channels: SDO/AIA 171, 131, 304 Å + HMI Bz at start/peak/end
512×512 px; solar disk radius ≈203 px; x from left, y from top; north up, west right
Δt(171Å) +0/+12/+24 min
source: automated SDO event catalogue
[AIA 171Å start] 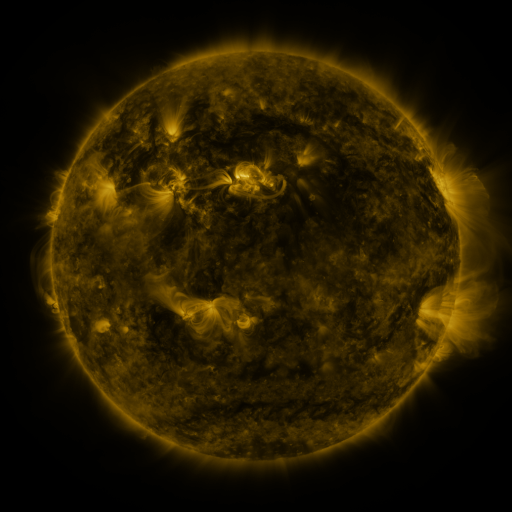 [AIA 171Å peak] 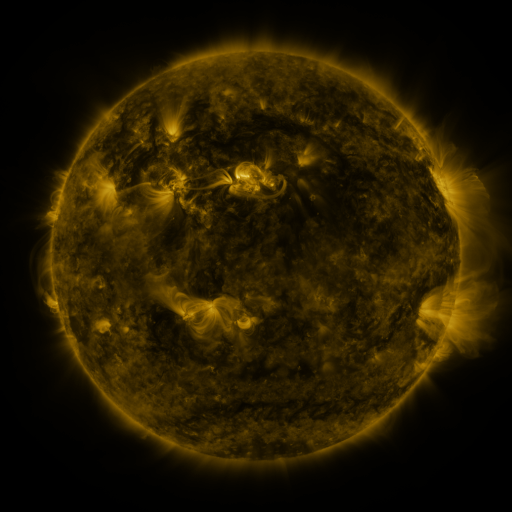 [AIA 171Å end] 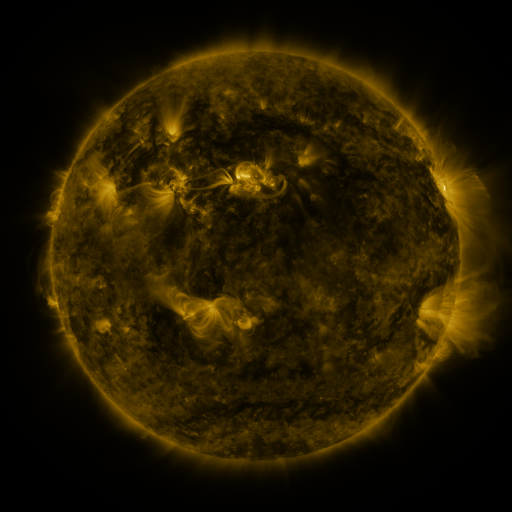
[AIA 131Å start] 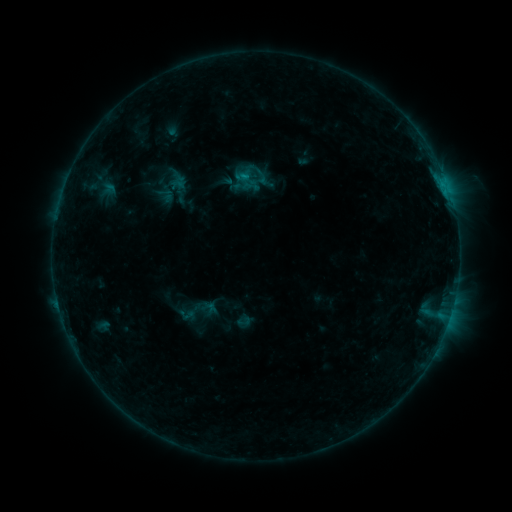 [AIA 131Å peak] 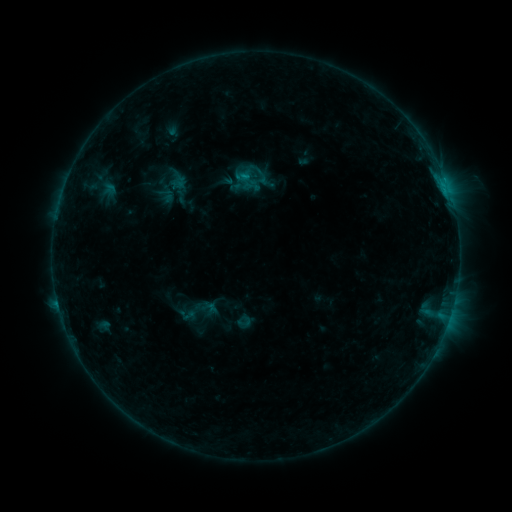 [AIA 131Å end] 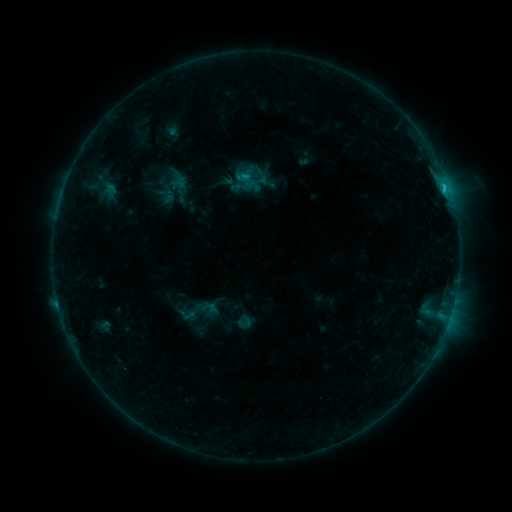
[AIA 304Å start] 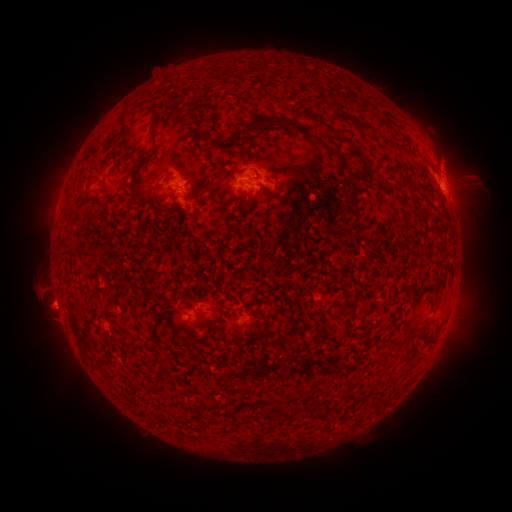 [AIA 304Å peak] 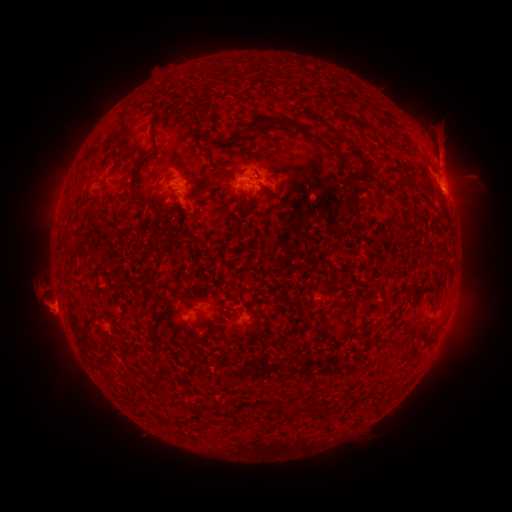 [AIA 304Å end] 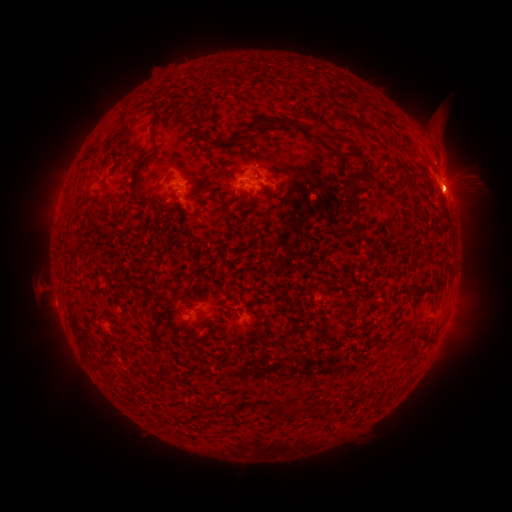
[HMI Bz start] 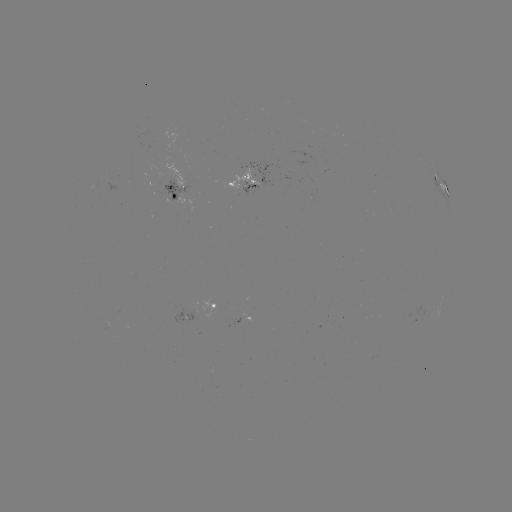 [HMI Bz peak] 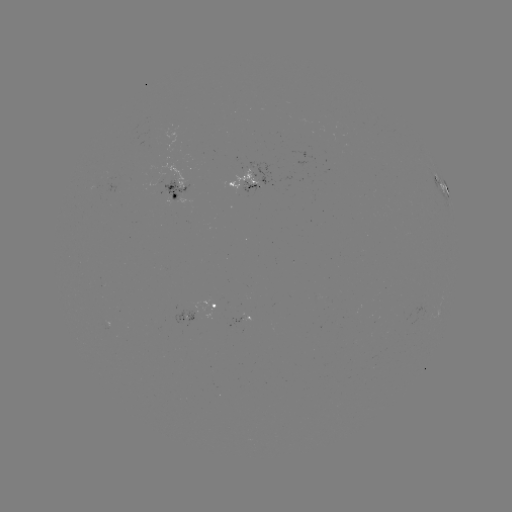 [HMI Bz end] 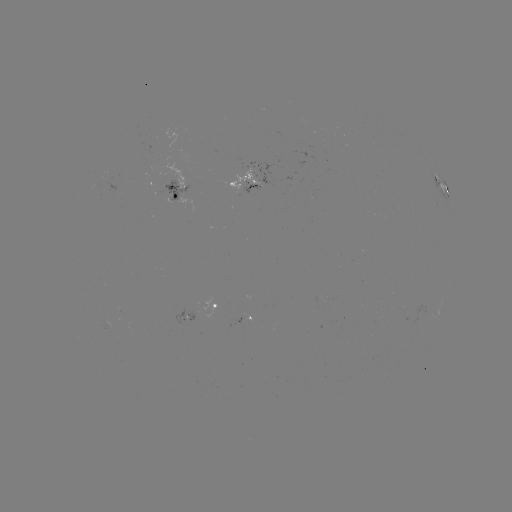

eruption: [421, 102, 482, 190]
